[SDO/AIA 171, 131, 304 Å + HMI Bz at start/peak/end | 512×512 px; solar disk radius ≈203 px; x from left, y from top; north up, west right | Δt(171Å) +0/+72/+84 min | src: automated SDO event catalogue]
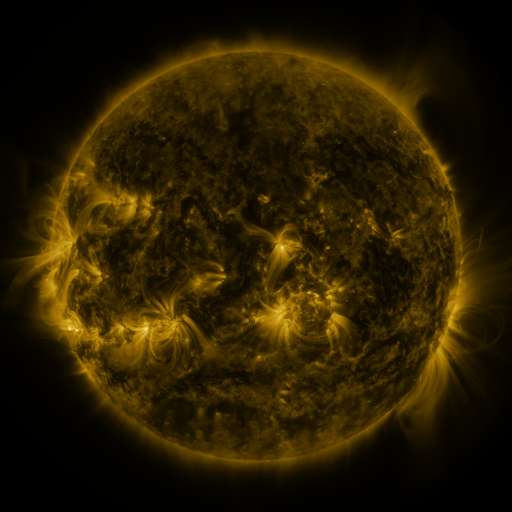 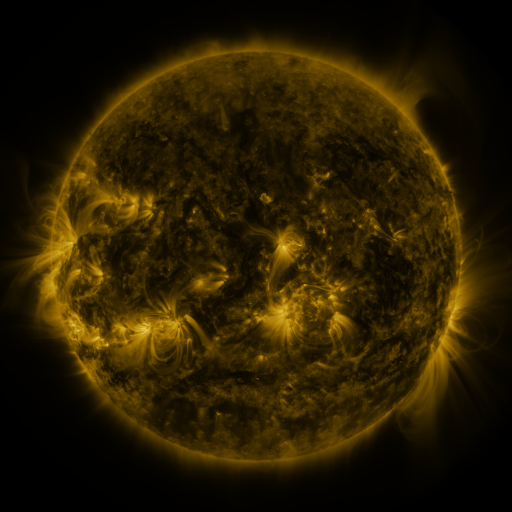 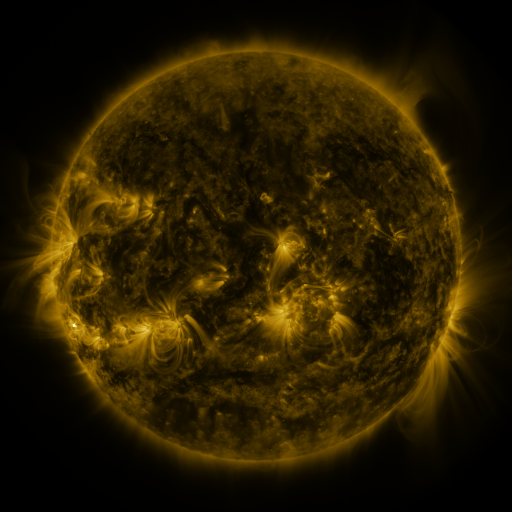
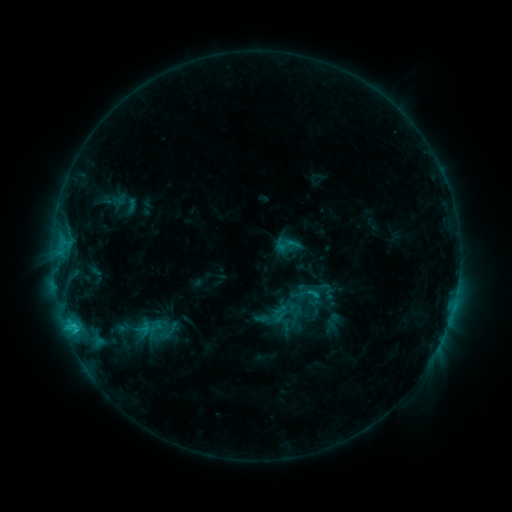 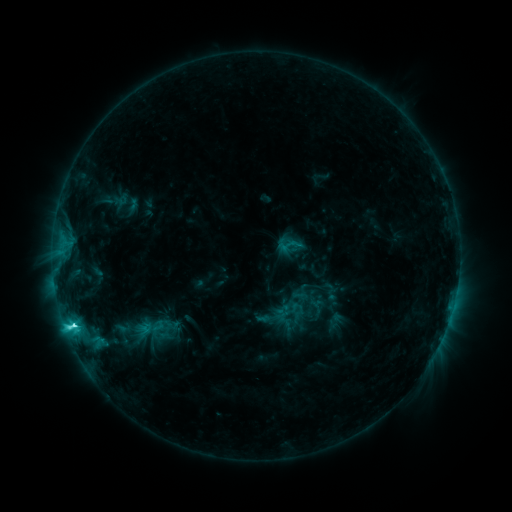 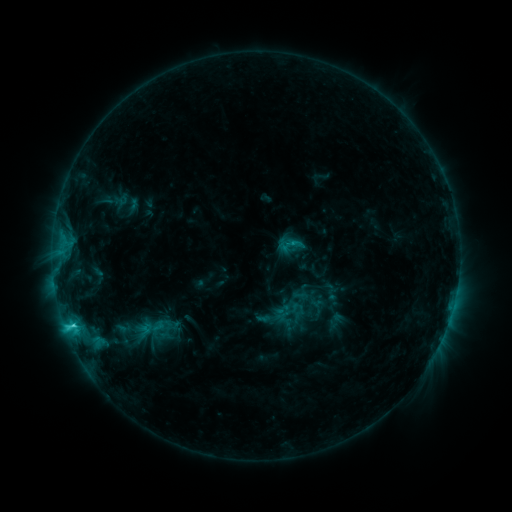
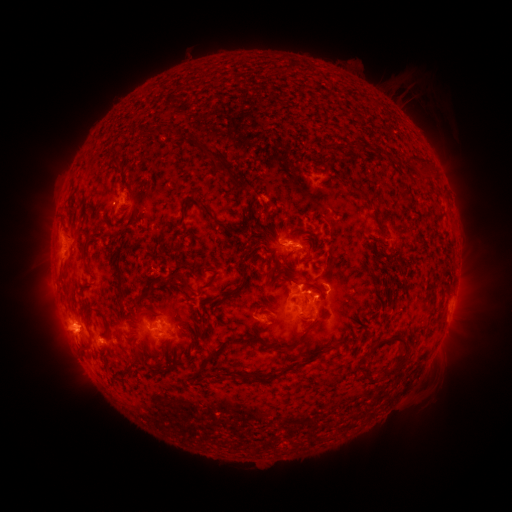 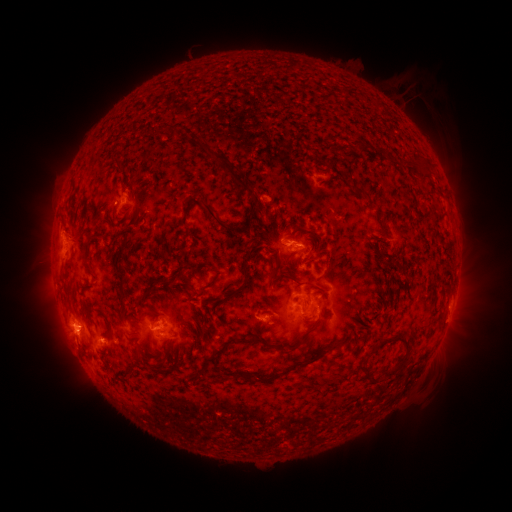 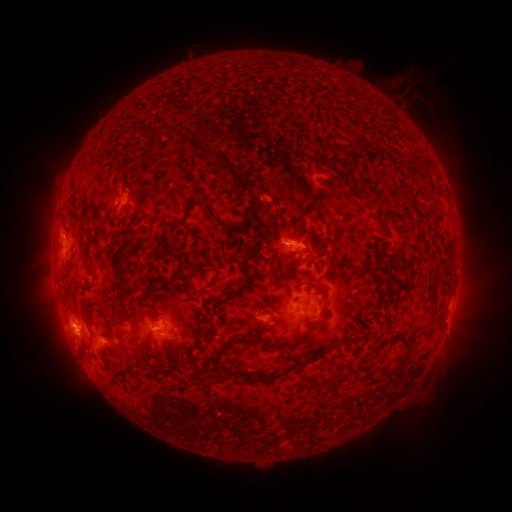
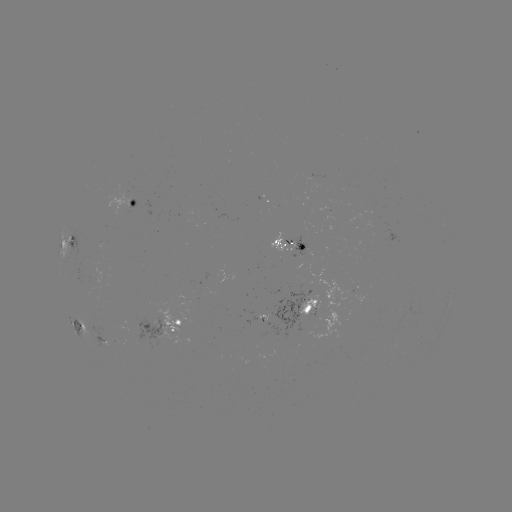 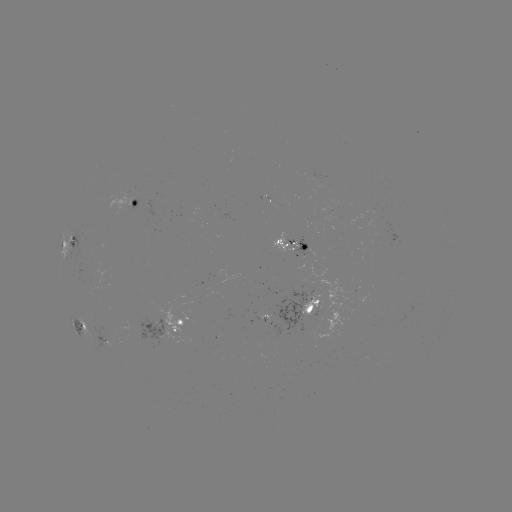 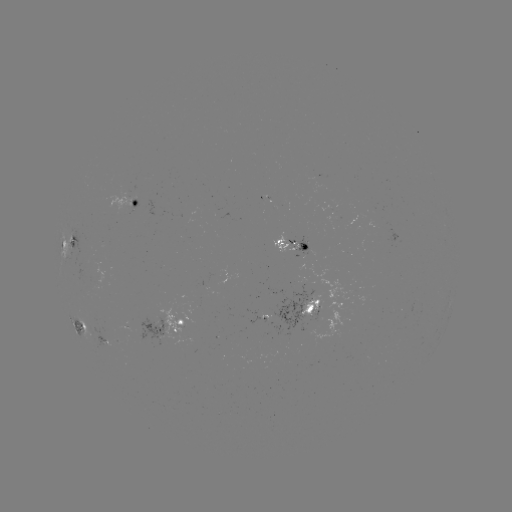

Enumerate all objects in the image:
emerging-flux region: (267, 198)
